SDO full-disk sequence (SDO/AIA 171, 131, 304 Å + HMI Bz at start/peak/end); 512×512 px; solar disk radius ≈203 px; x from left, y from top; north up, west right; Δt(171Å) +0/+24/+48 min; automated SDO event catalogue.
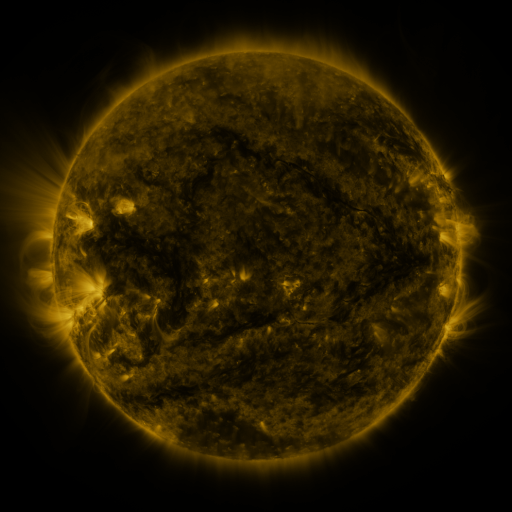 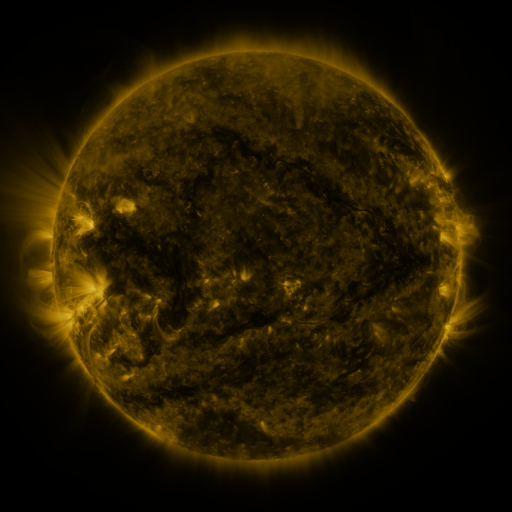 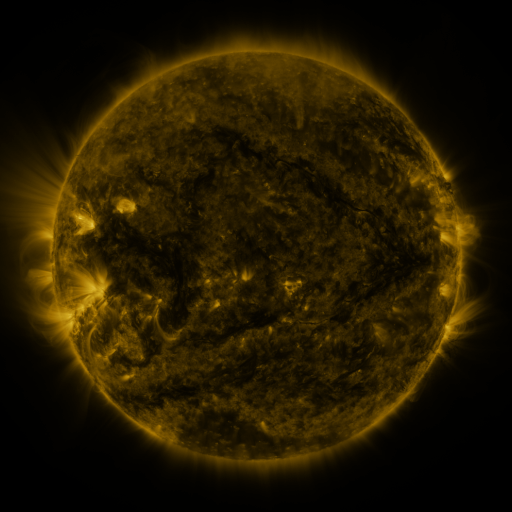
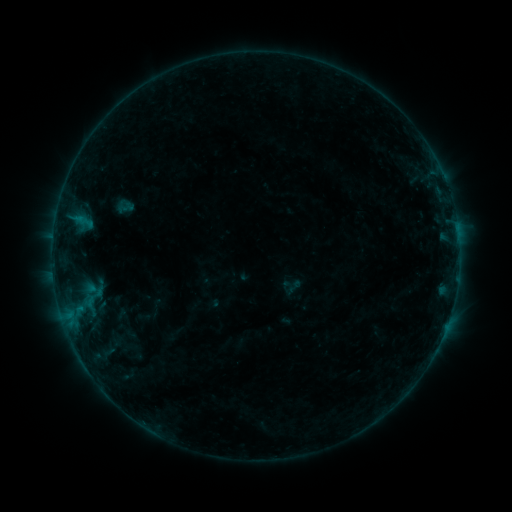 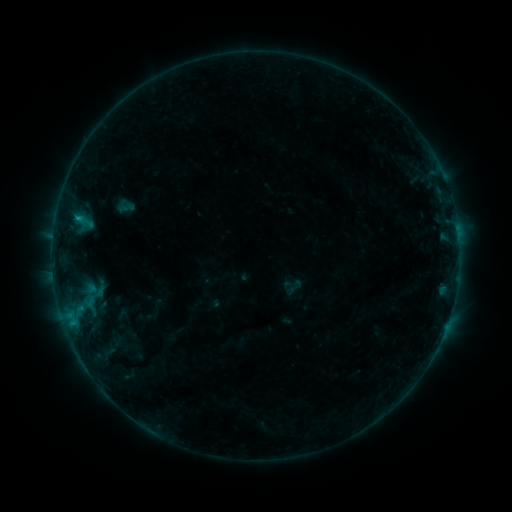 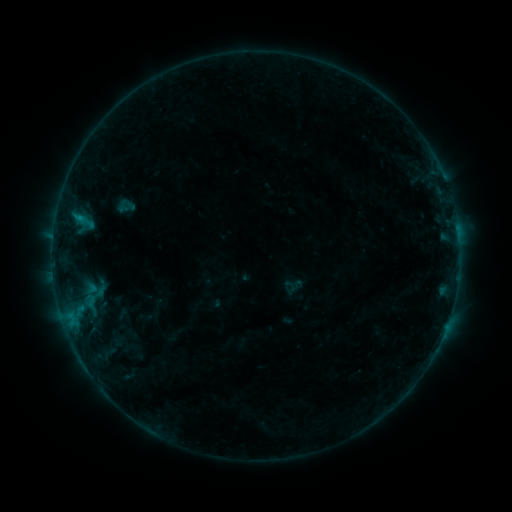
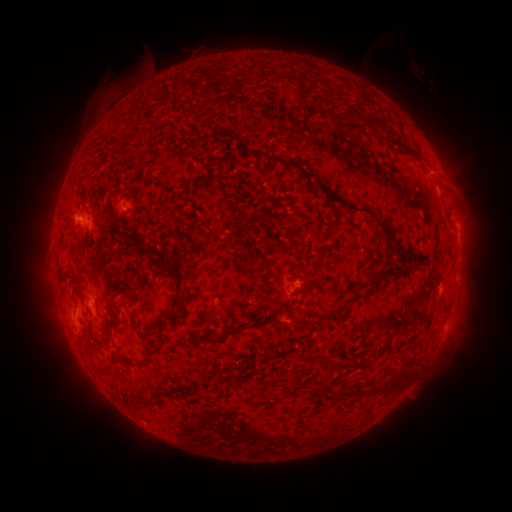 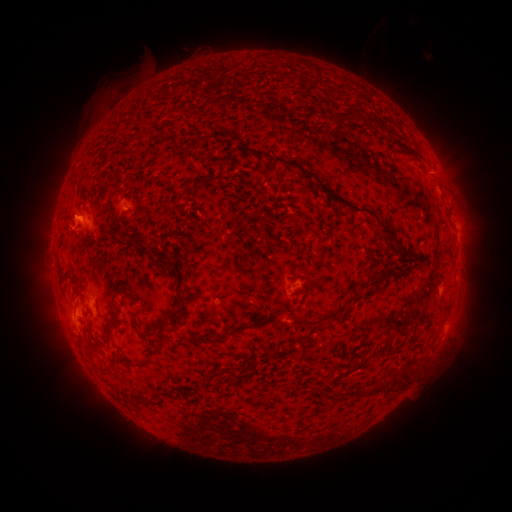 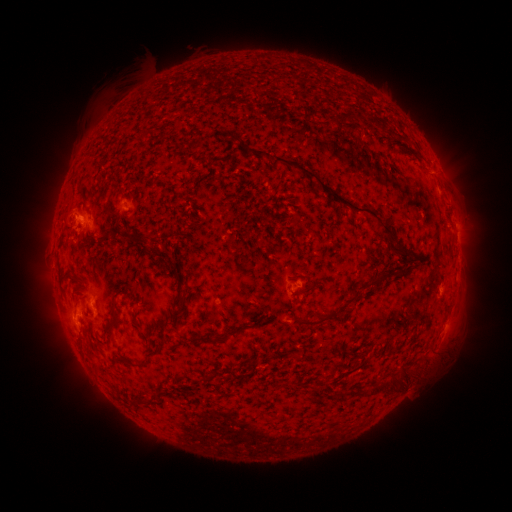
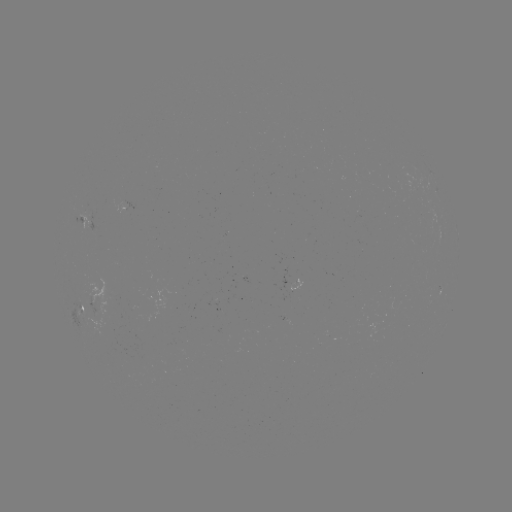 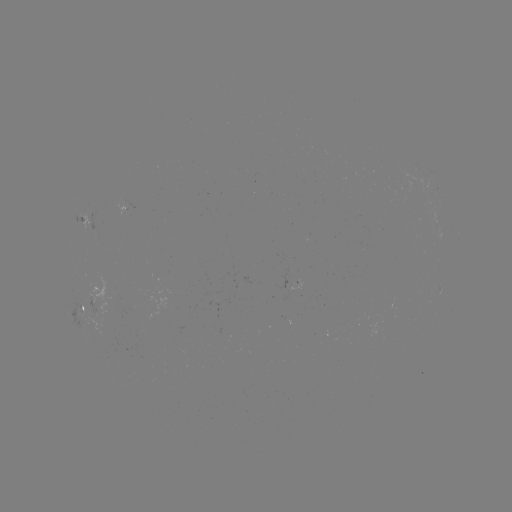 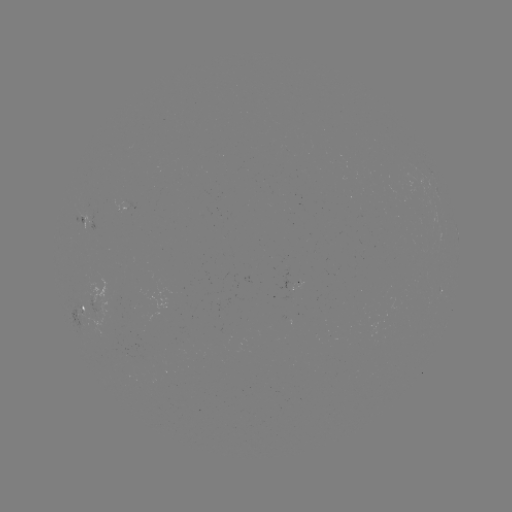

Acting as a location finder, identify B4.9 flare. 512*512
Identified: [78, 218].